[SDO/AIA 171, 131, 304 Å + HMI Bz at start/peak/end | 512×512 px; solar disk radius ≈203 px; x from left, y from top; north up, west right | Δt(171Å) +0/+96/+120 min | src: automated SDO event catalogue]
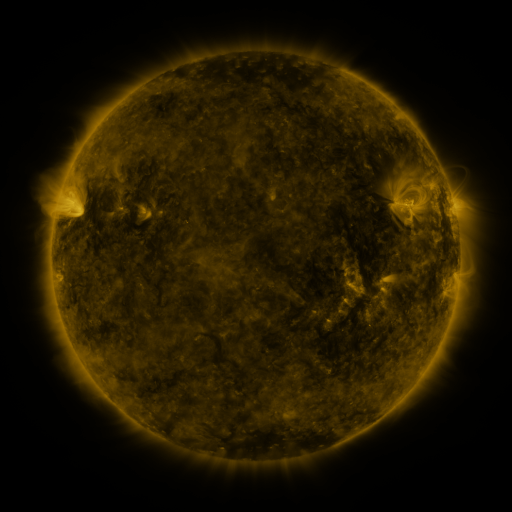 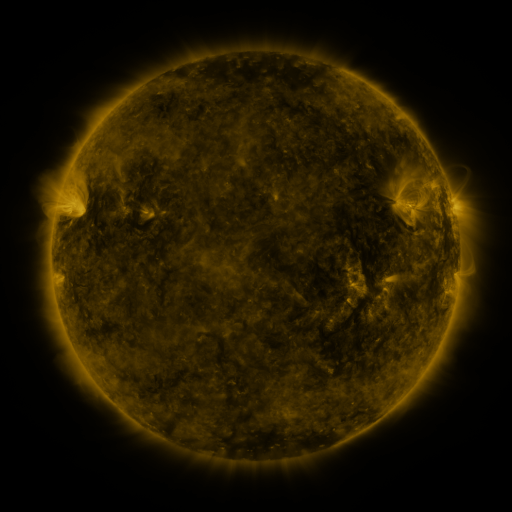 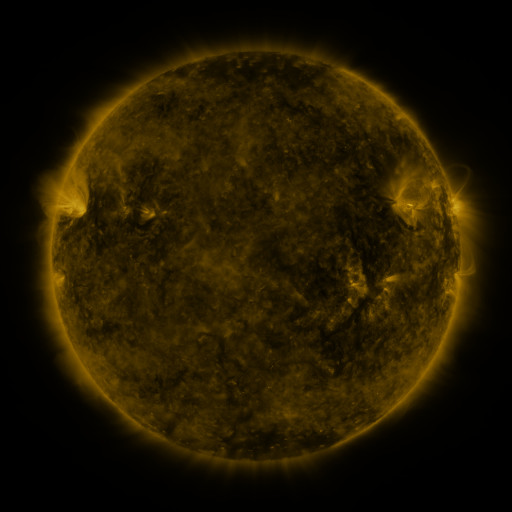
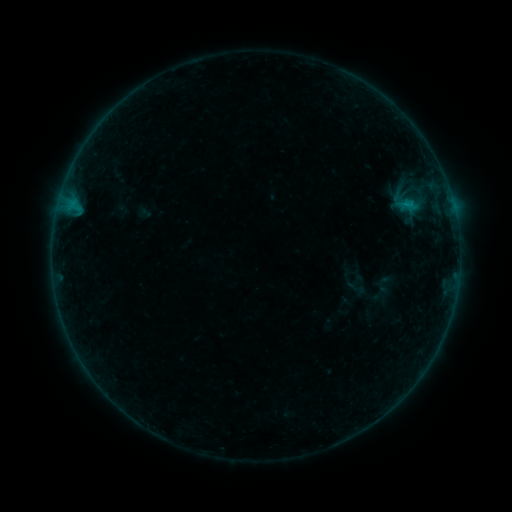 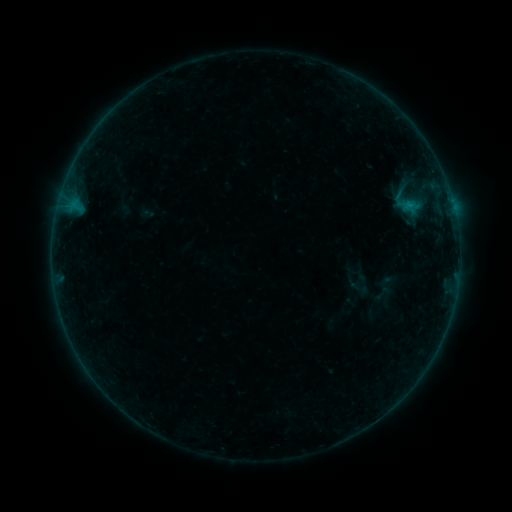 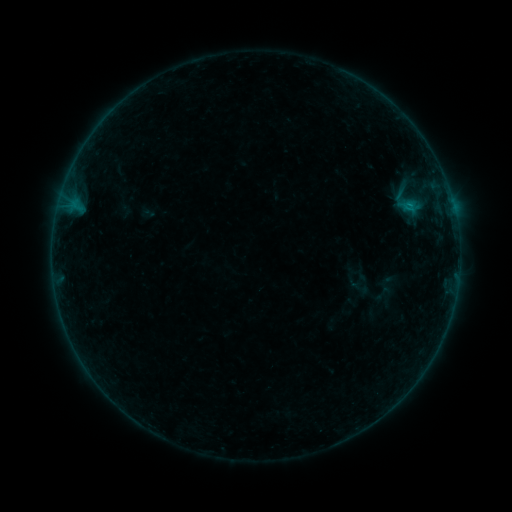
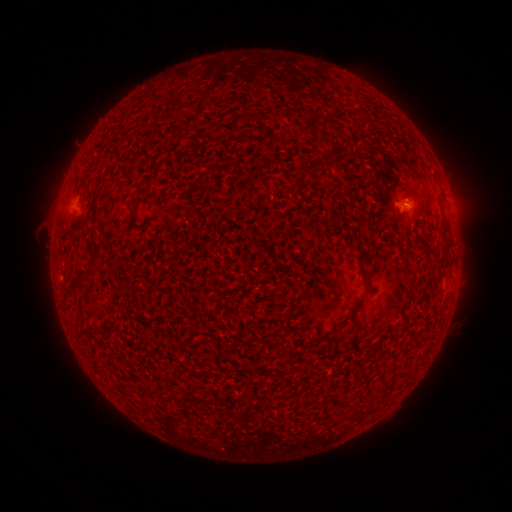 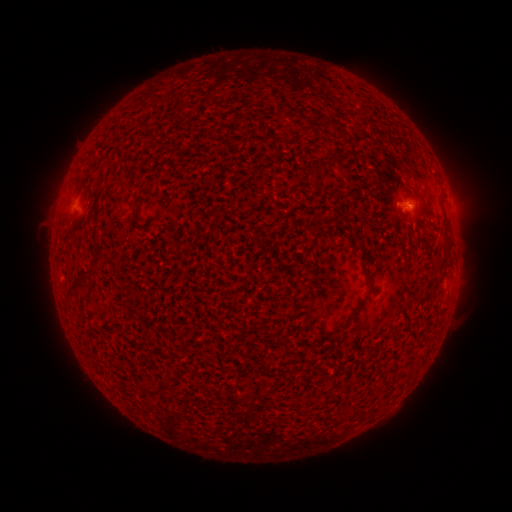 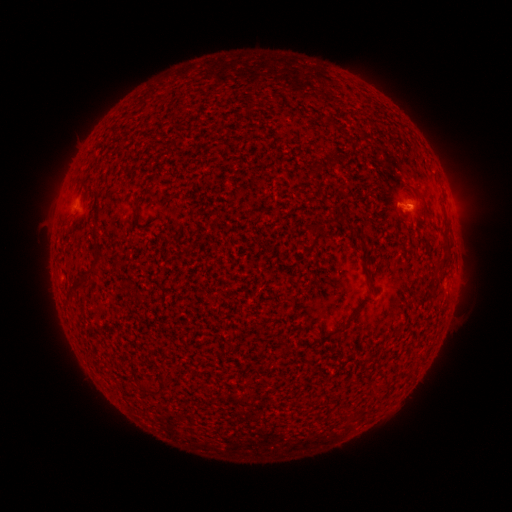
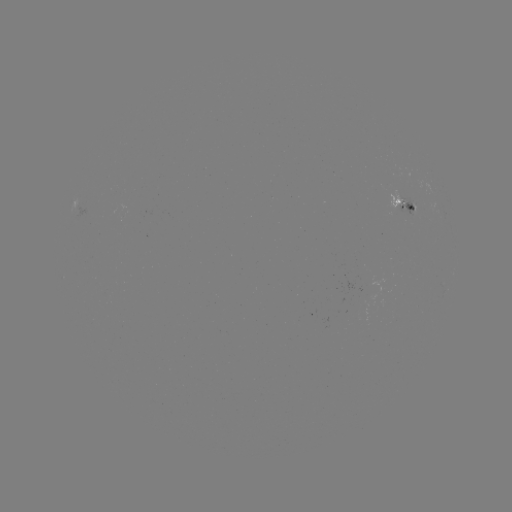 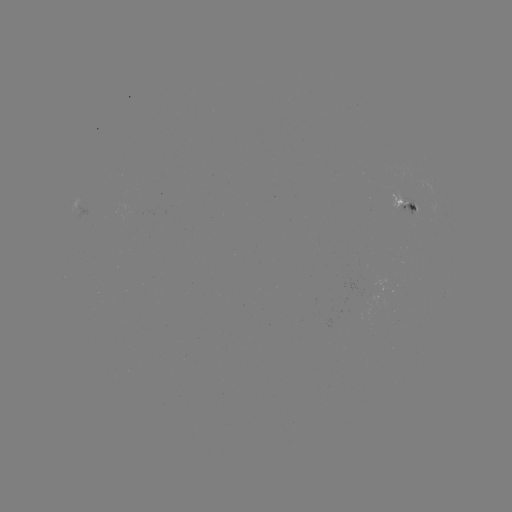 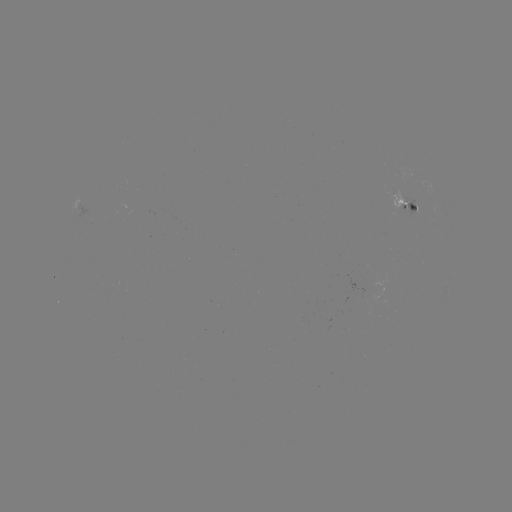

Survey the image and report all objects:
emerging-flux region: (414, 206)
